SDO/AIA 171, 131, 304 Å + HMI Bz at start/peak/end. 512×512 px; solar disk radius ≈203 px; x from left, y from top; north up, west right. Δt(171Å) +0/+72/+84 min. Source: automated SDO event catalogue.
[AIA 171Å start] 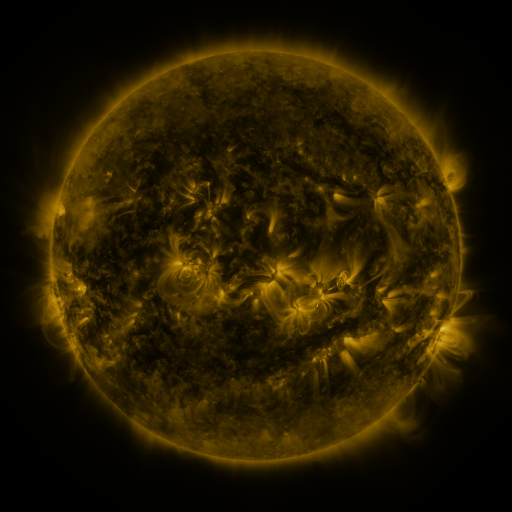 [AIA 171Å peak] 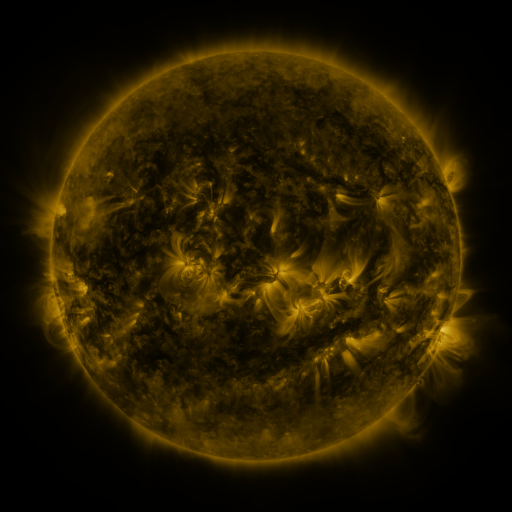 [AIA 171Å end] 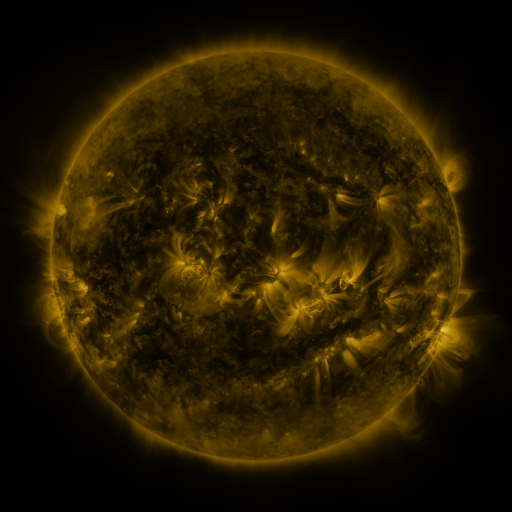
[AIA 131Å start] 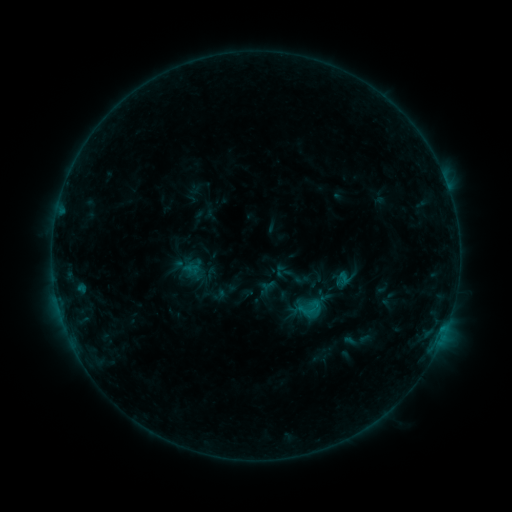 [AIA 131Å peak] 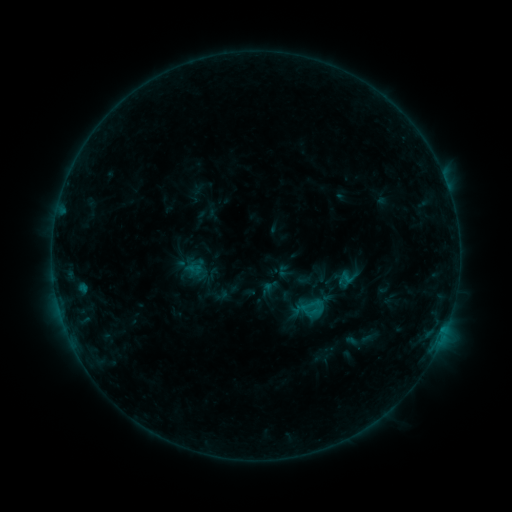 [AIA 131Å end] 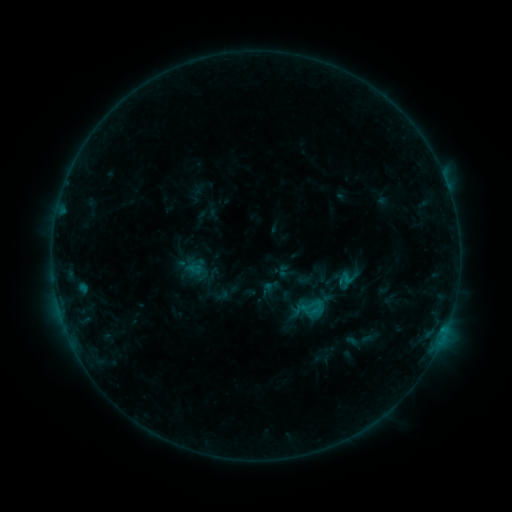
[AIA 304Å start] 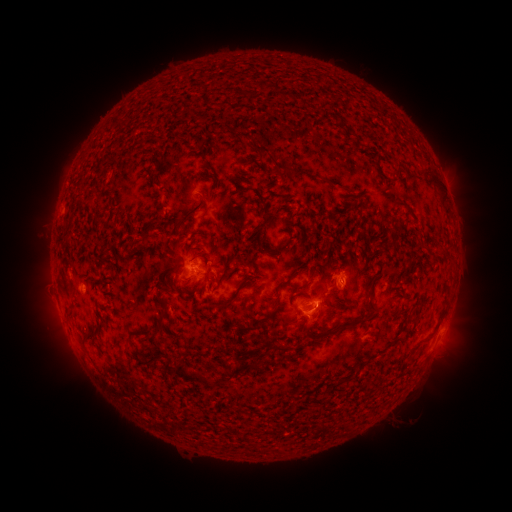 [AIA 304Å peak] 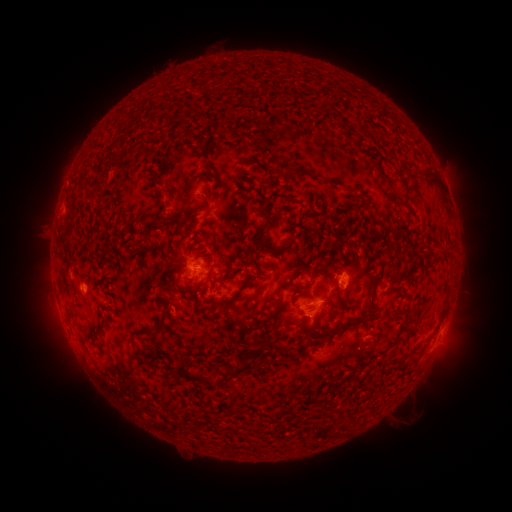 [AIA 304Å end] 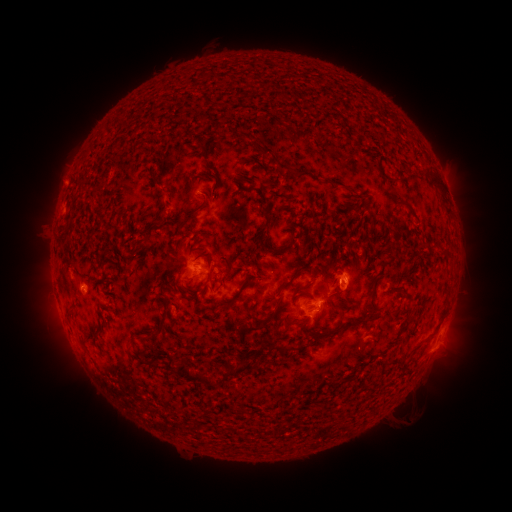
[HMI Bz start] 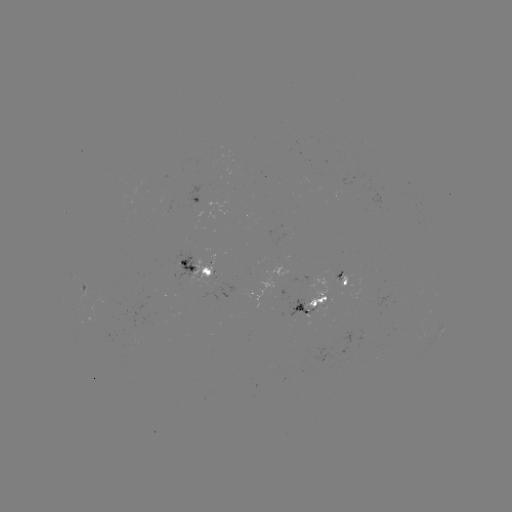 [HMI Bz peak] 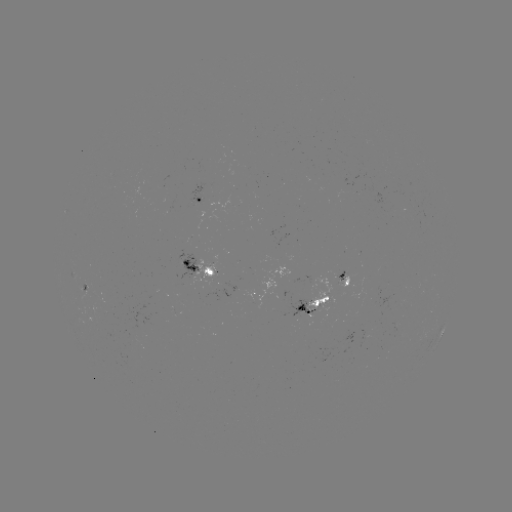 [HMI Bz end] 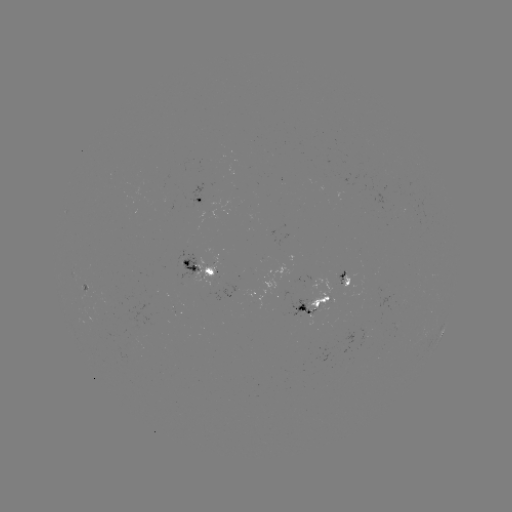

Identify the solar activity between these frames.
emerging-flux region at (315, 300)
